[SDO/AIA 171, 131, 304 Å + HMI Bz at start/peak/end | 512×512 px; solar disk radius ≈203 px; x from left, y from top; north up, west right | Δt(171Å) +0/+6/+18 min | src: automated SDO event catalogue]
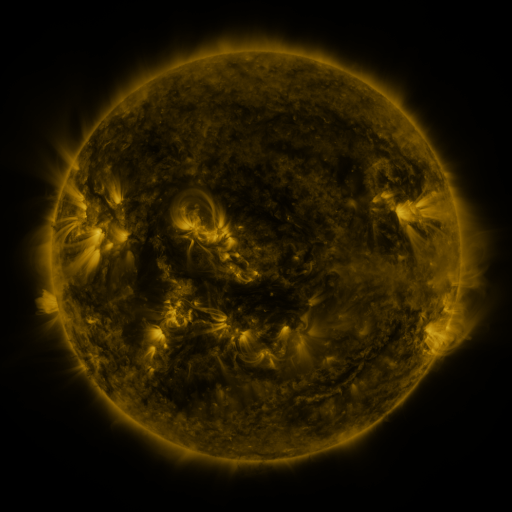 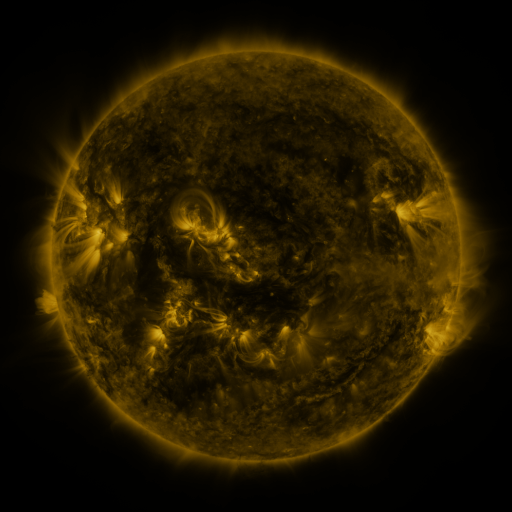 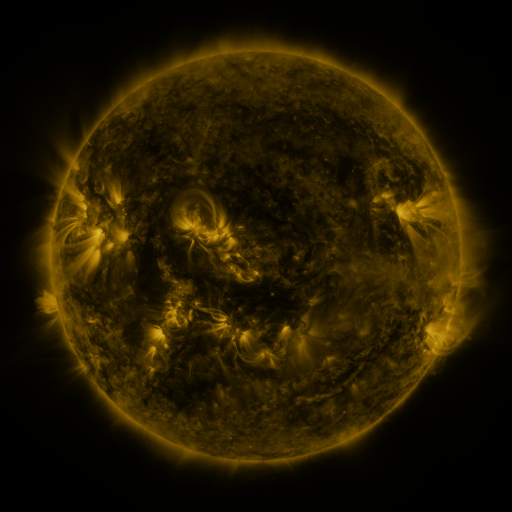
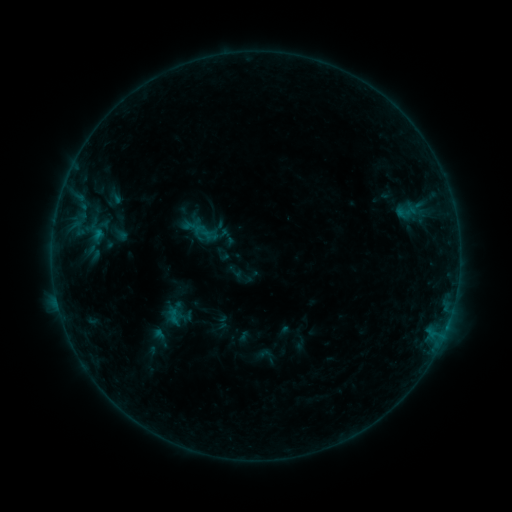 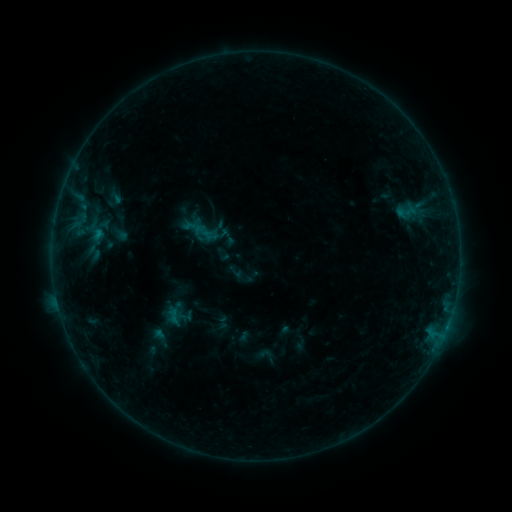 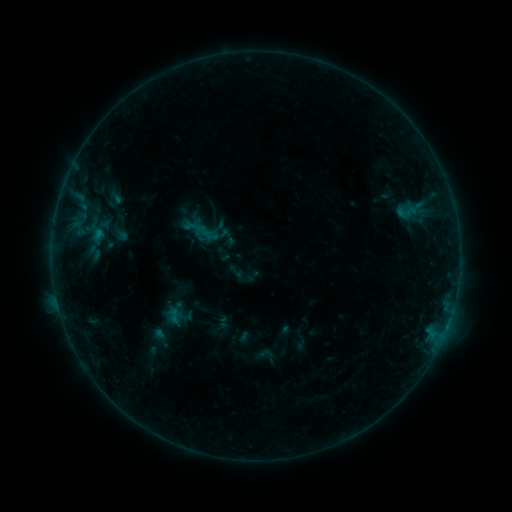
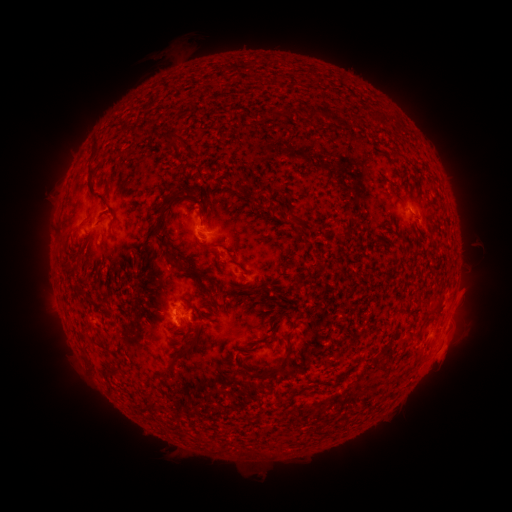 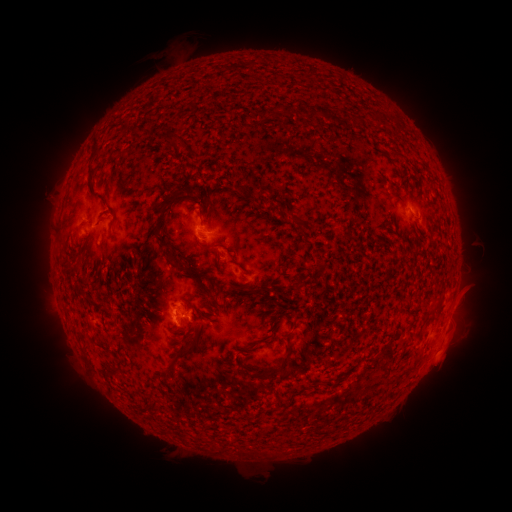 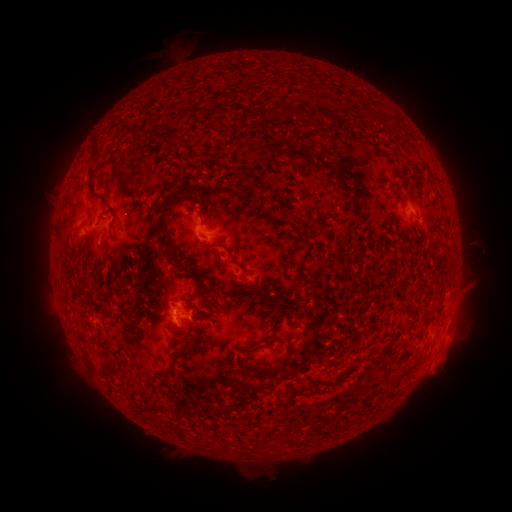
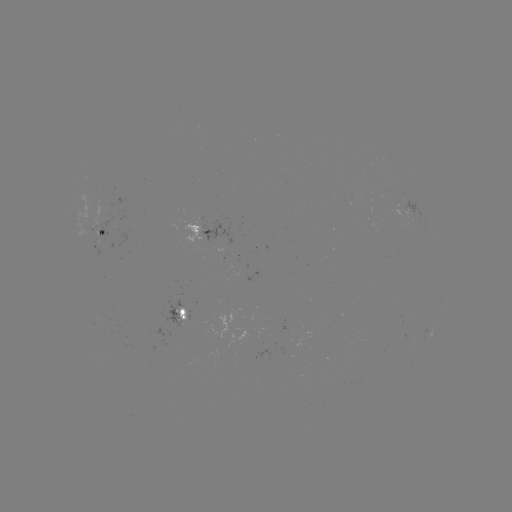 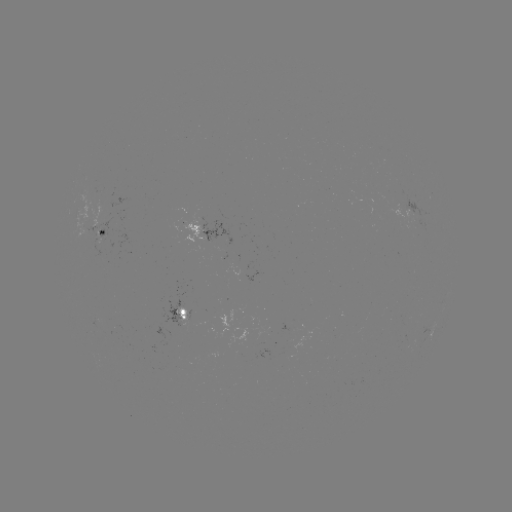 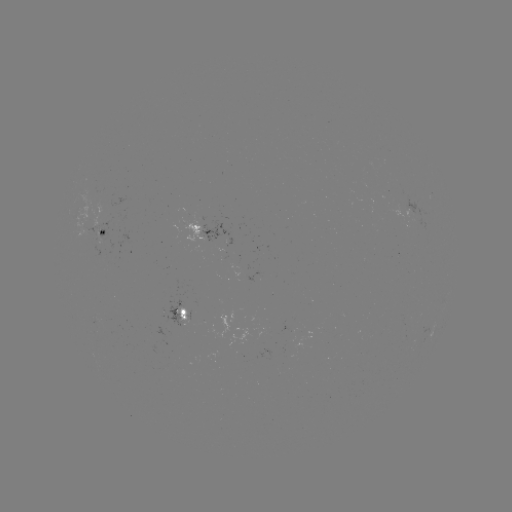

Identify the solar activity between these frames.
eruption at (445, 360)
